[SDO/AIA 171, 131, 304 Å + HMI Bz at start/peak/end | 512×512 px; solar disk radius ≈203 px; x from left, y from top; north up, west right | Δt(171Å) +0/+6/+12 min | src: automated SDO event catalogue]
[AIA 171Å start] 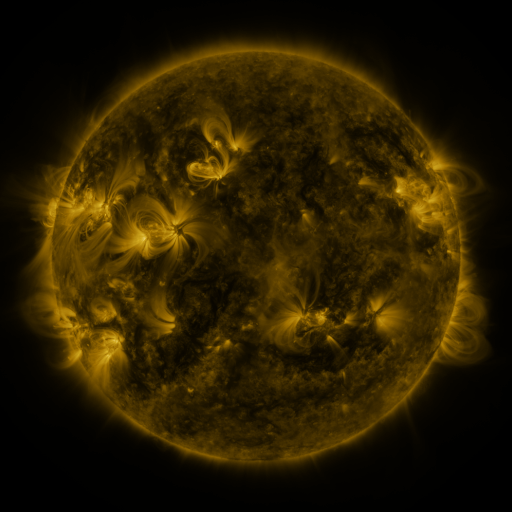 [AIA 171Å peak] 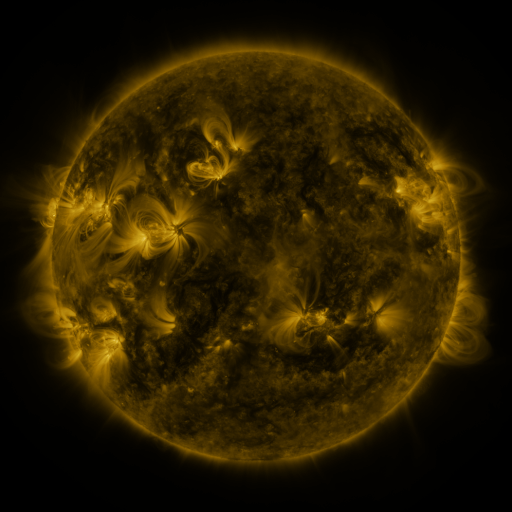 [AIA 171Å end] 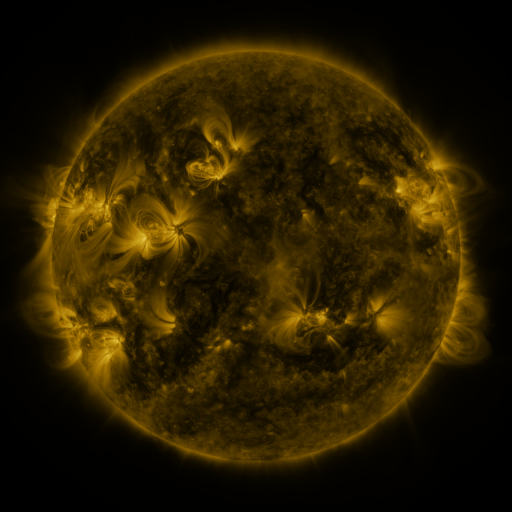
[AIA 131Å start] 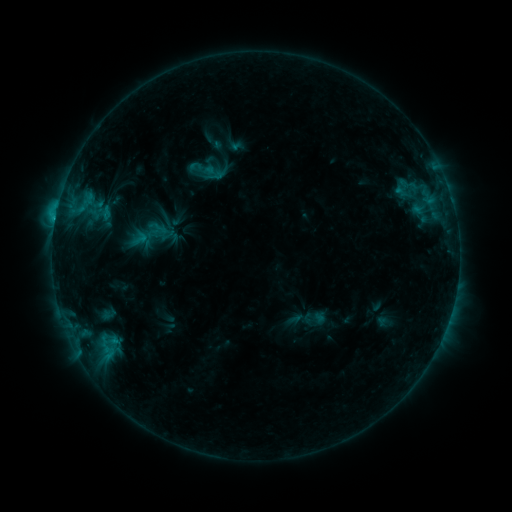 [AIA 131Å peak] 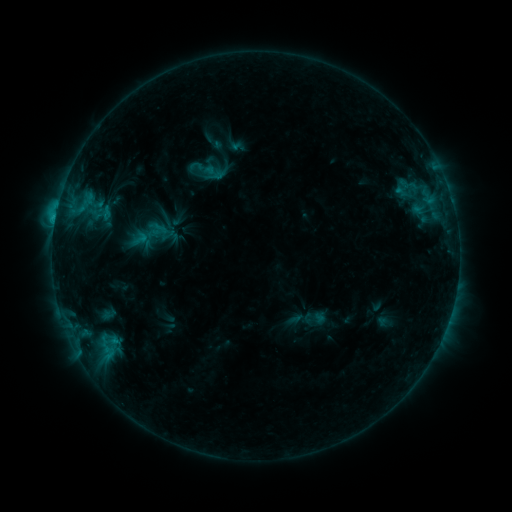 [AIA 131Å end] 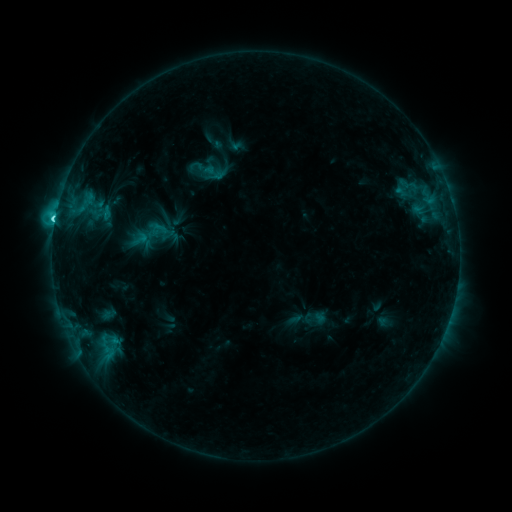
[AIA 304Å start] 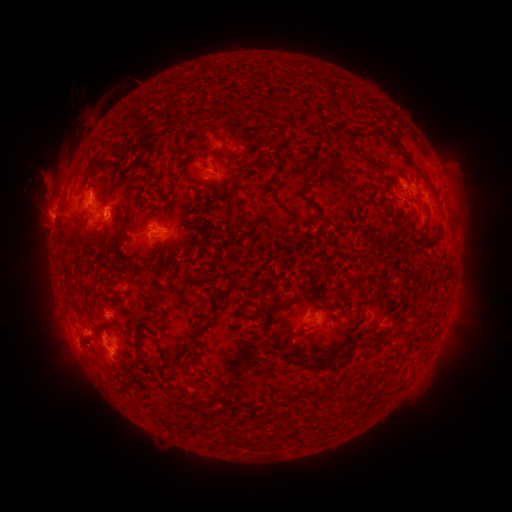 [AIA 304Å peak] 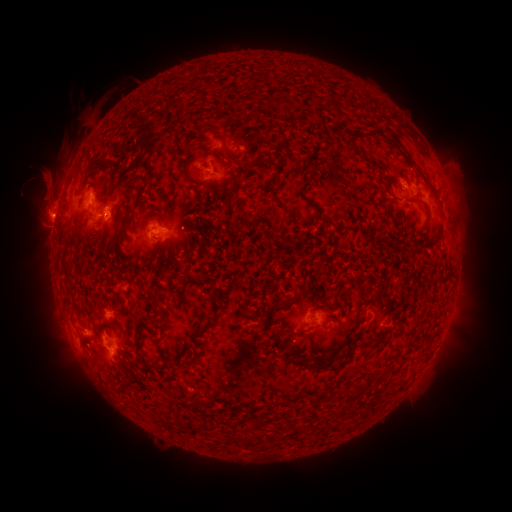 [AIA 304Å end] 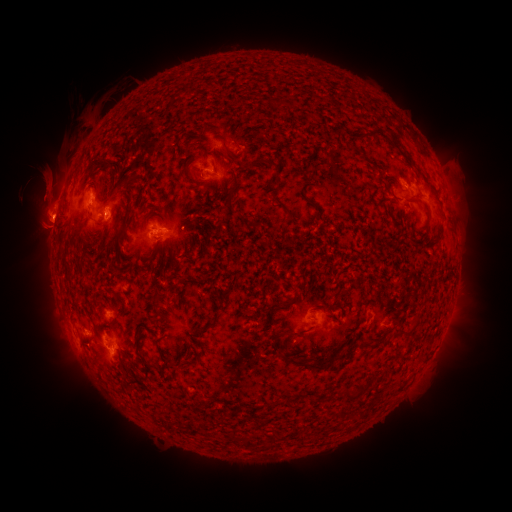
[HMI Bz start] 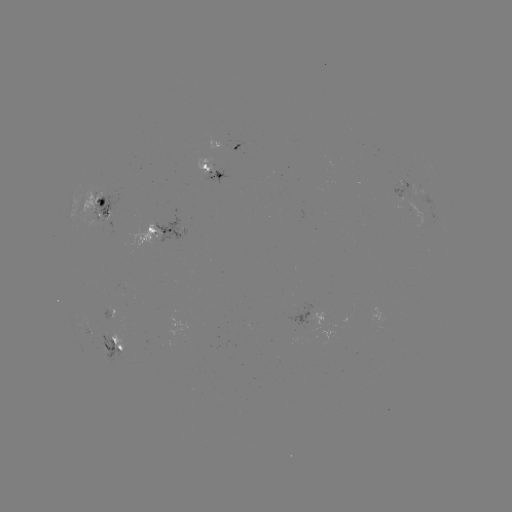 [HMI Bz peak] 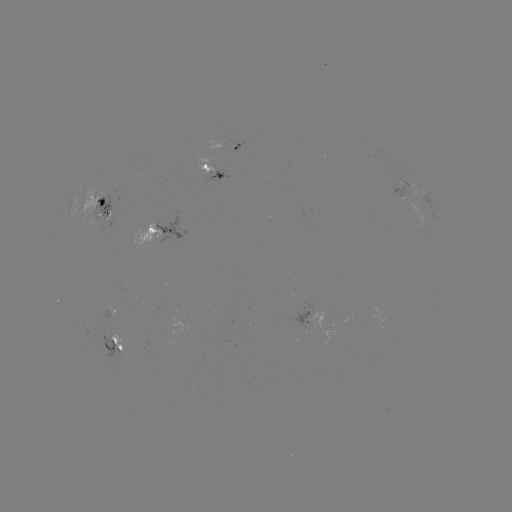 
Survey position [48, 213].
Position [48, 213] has eruption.